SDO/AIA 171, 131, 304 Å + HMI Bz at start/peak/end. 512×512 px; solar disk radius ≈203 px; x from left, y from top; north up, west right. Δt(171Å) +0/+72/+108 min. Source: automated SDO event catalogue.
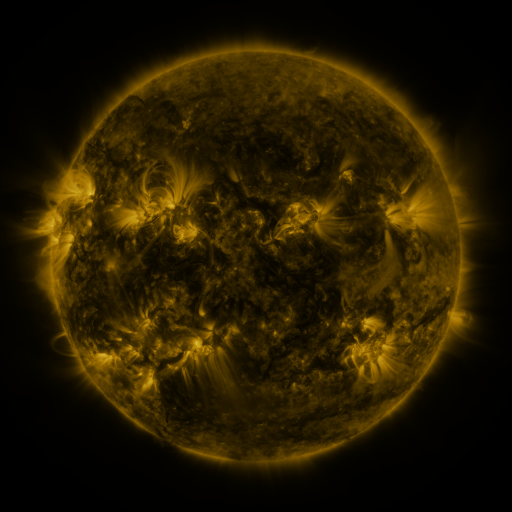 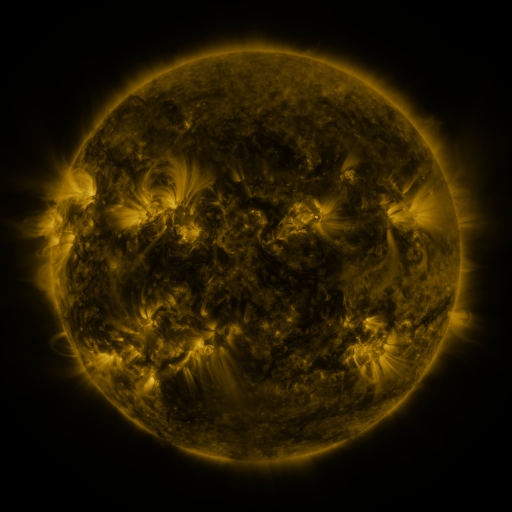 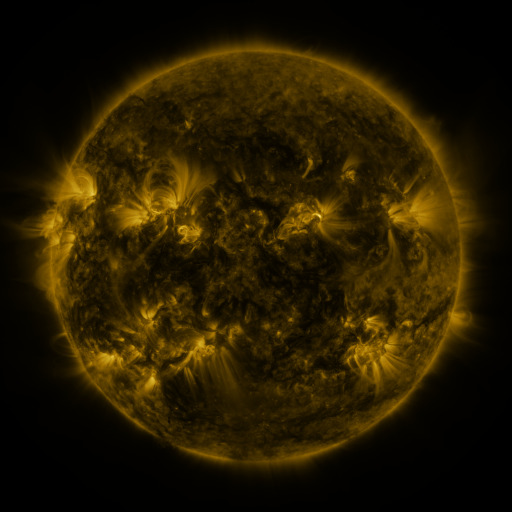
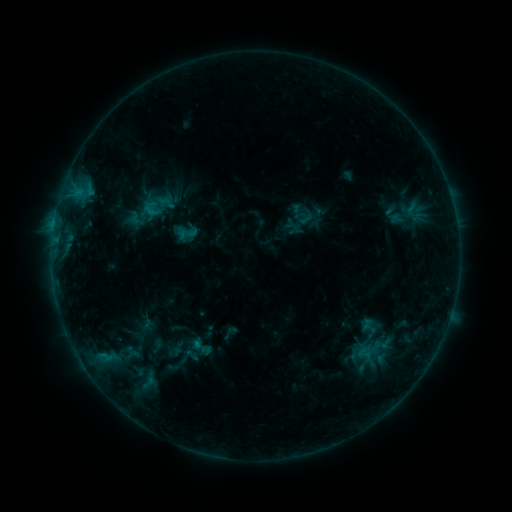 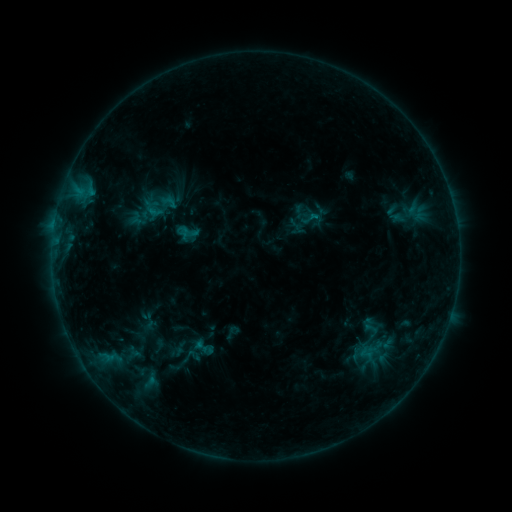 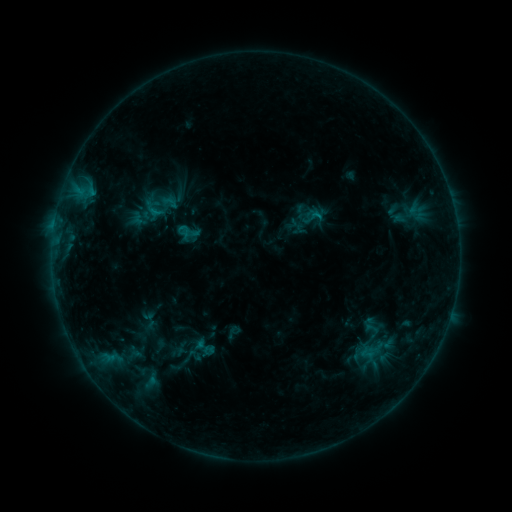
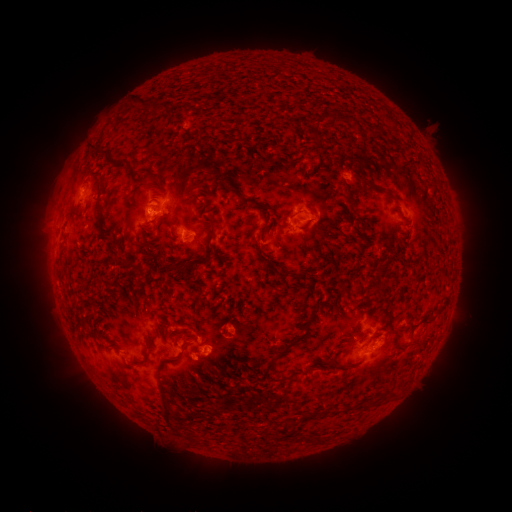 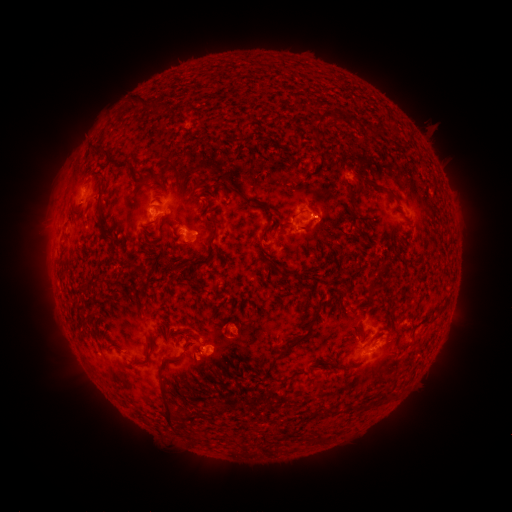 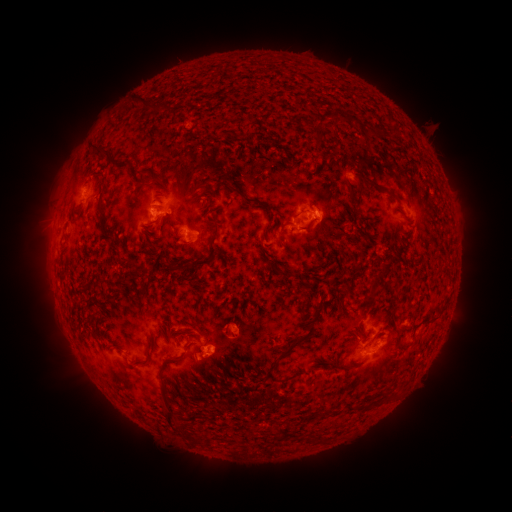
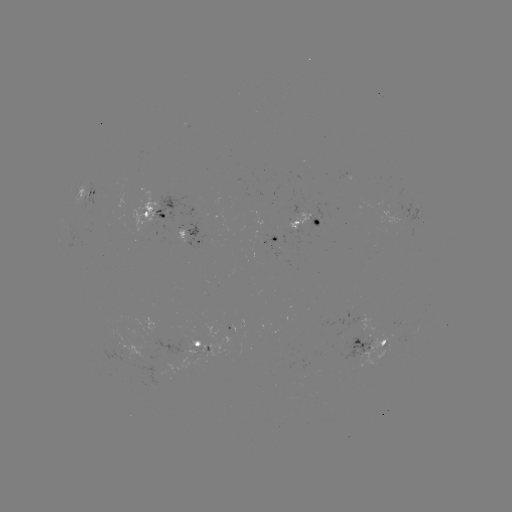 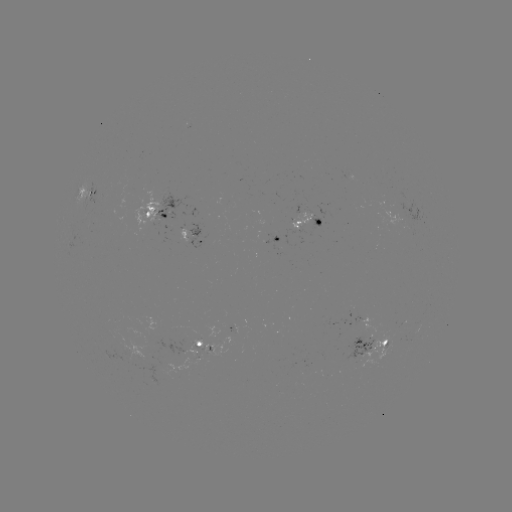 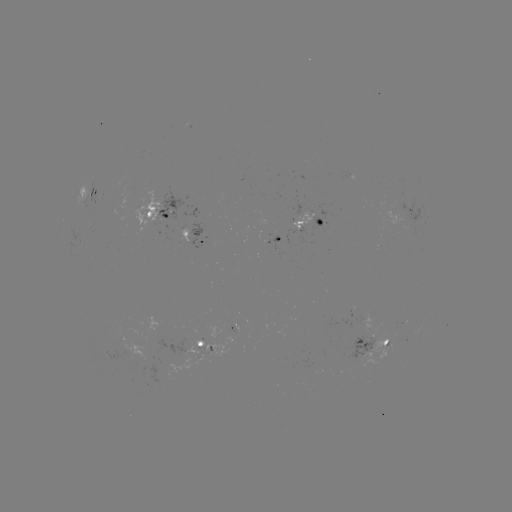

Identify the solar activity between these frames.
emerging-flux region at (267, 236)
